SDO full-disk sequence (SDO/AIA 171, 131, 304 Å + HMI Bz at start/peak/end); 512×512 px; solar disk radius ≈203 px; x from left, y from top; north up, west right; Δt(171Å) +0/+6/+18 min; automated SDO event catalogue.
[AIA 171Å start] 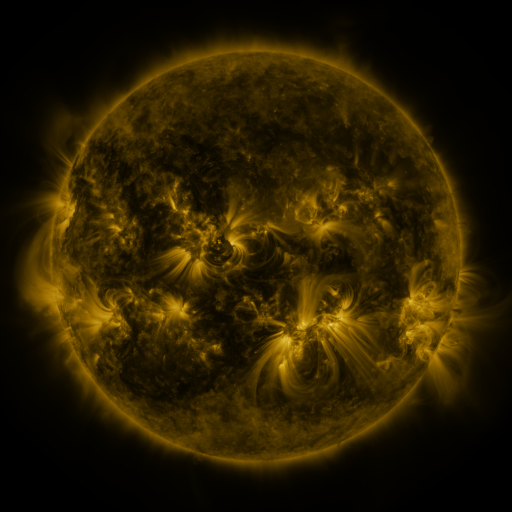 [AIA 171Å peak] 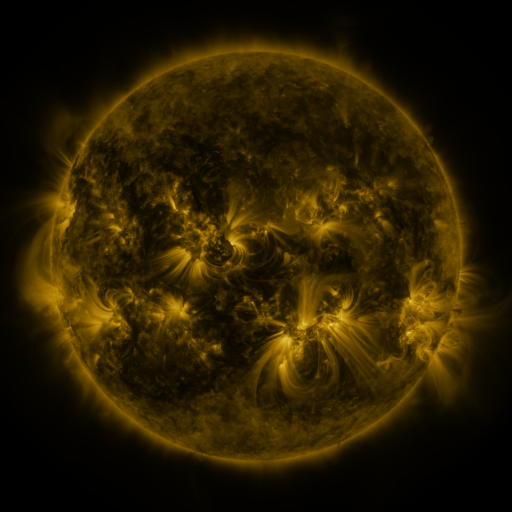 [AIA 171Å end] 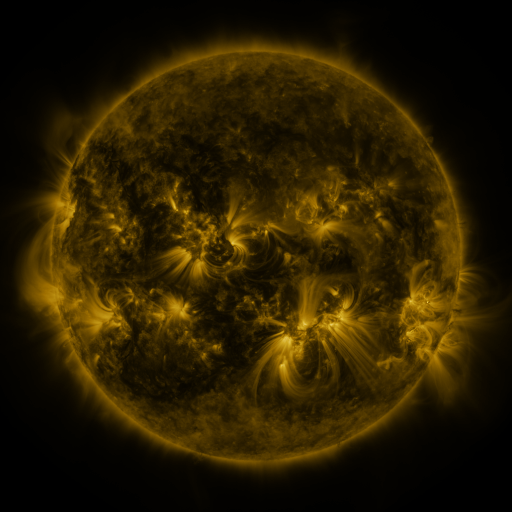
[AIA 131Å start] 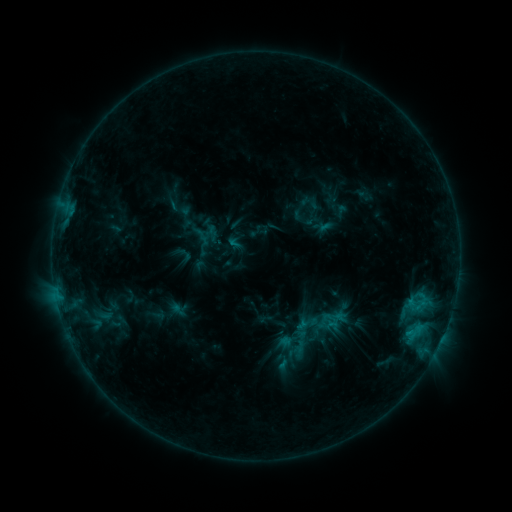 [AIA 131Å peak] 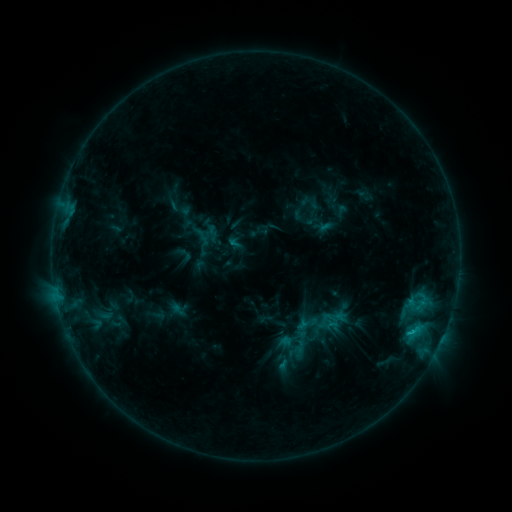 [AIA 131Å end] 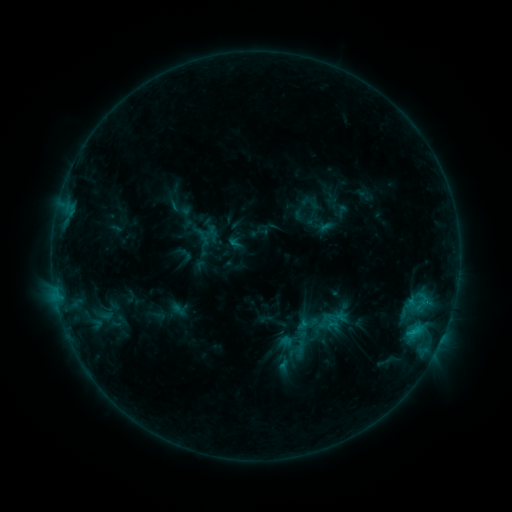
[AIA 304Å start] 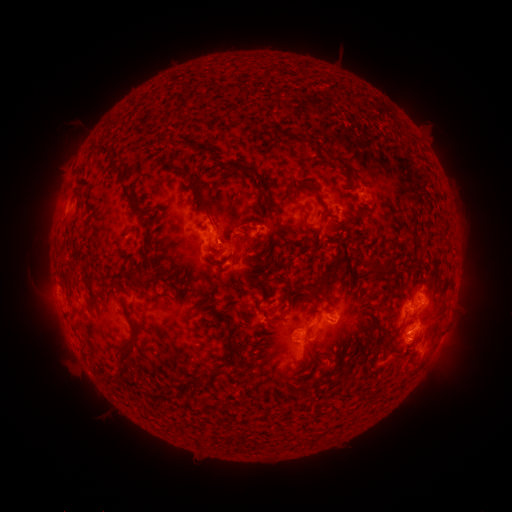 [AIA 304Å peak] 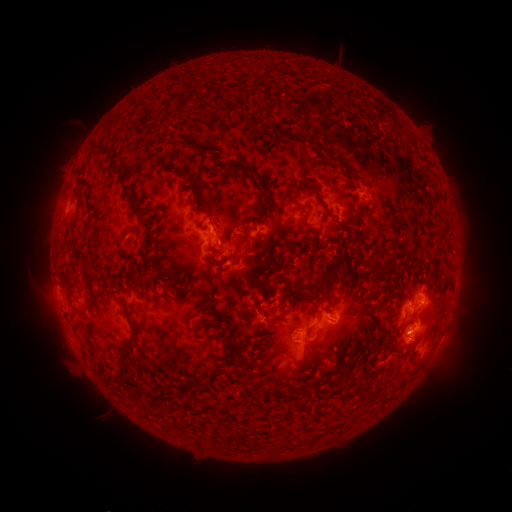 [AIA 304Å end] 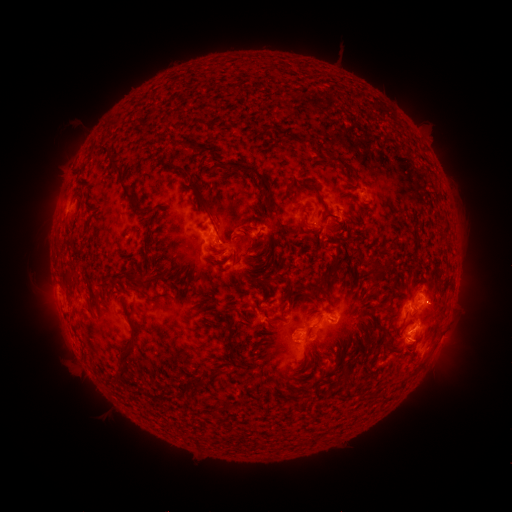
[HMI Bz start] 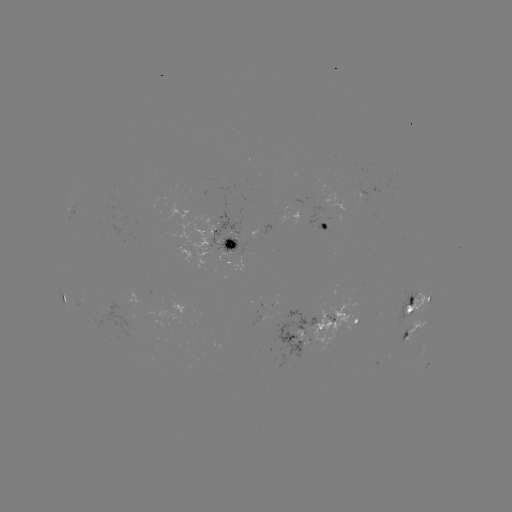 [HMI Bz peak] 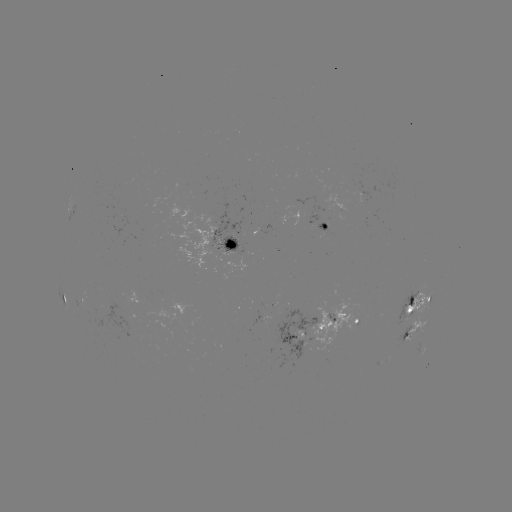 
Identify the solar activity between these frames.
C1.2 flare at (412, 330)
